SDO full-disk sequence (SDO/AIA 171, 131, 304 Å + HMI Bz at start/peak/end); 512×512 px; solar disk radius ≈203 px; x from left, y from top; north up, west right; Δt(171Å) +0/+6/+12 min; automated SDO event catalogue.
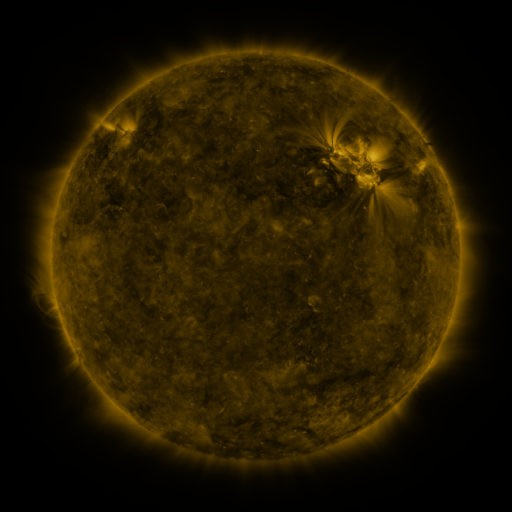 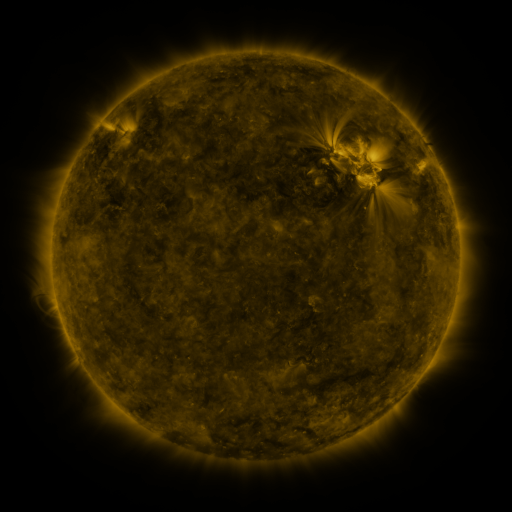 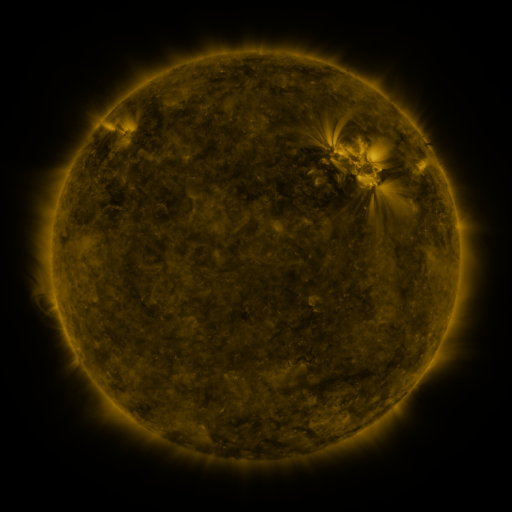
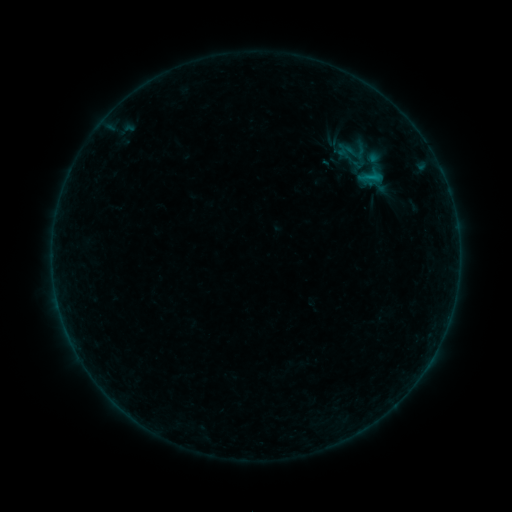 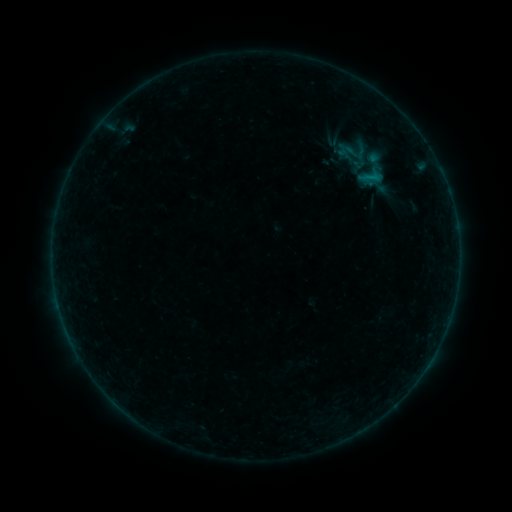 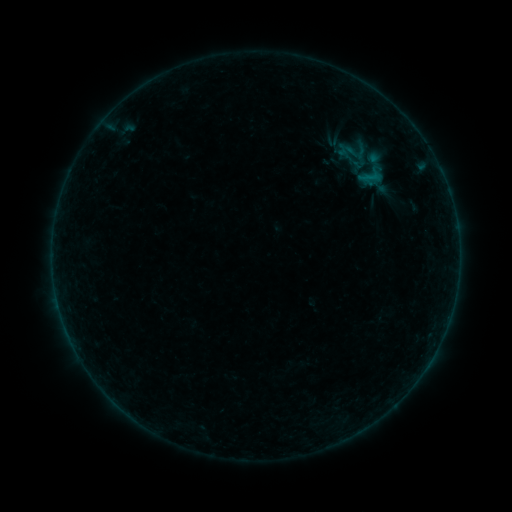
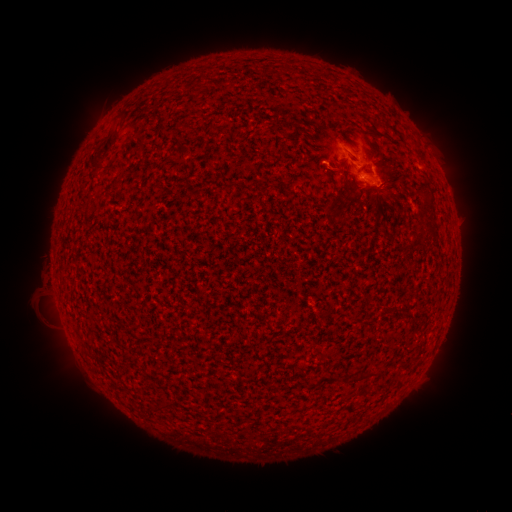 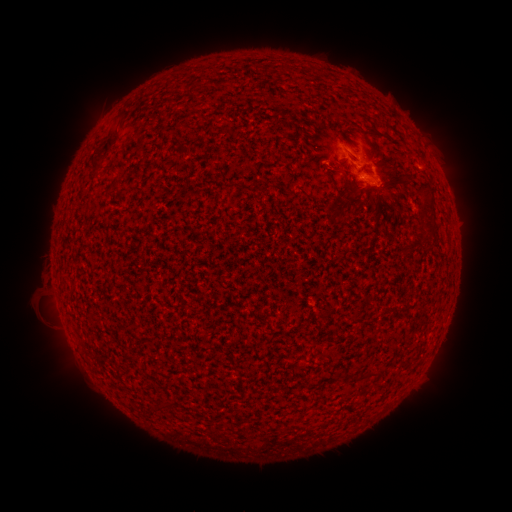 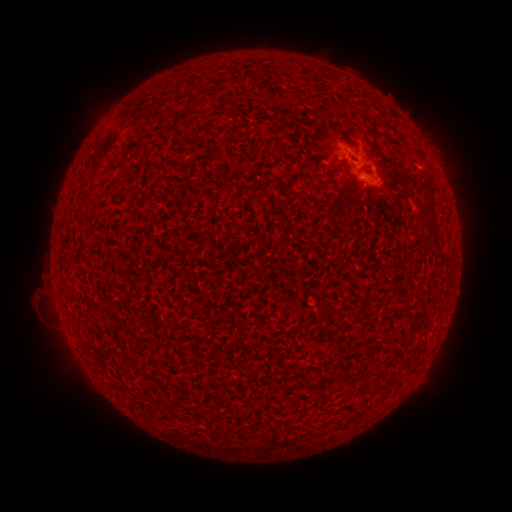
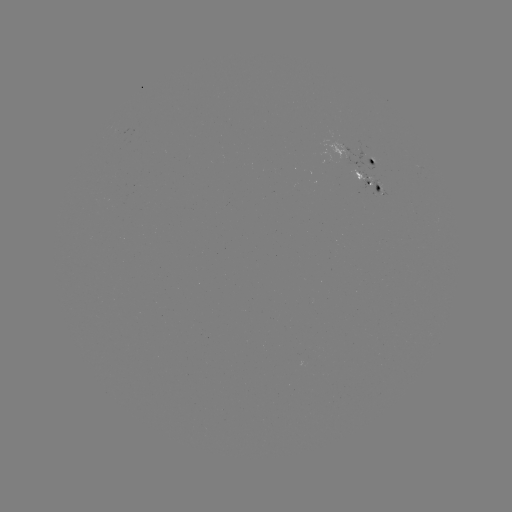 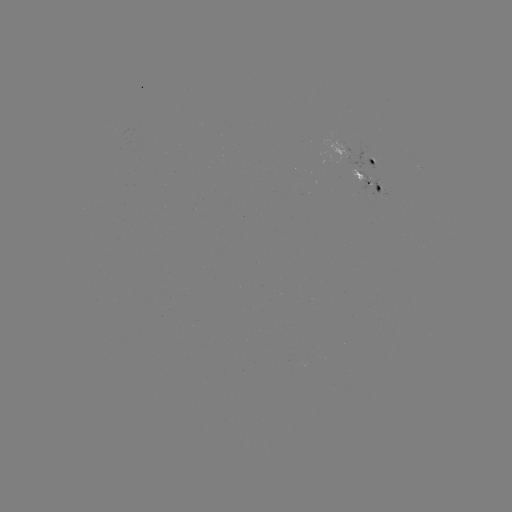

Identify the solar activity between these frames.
no flare in any classed list; no EUV-trigger detection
